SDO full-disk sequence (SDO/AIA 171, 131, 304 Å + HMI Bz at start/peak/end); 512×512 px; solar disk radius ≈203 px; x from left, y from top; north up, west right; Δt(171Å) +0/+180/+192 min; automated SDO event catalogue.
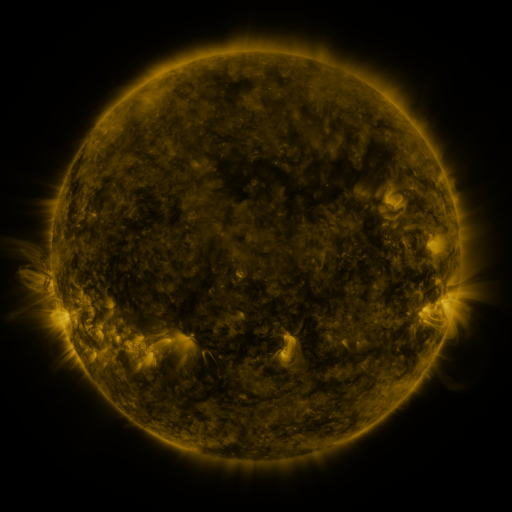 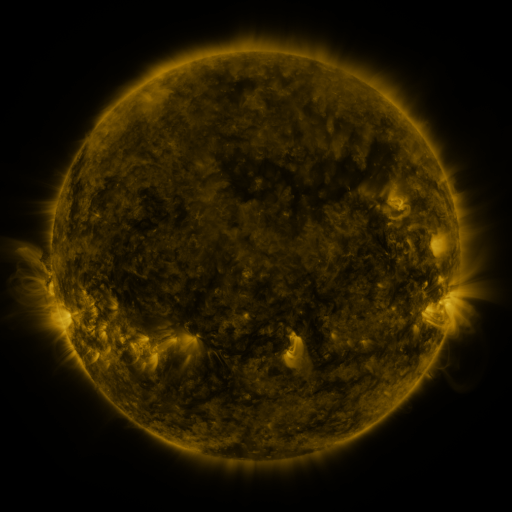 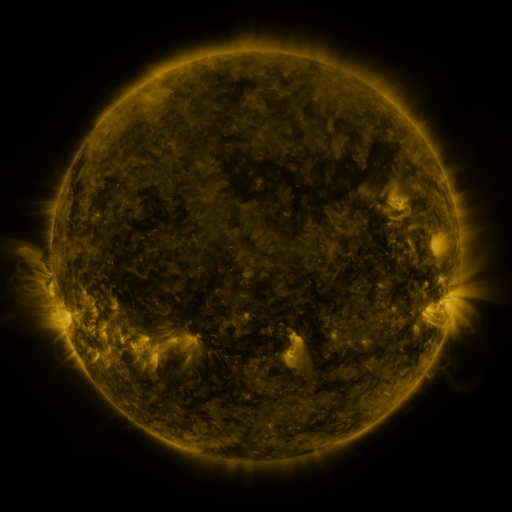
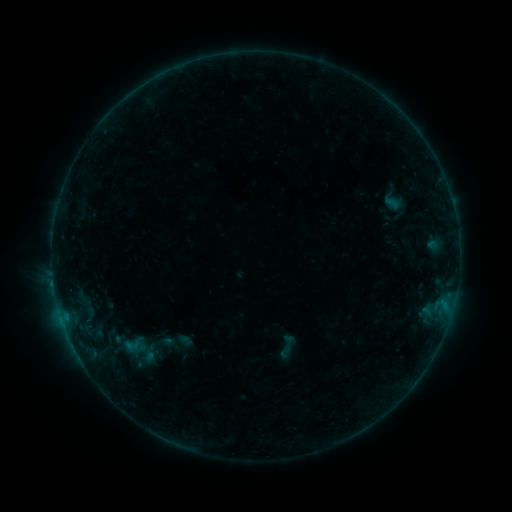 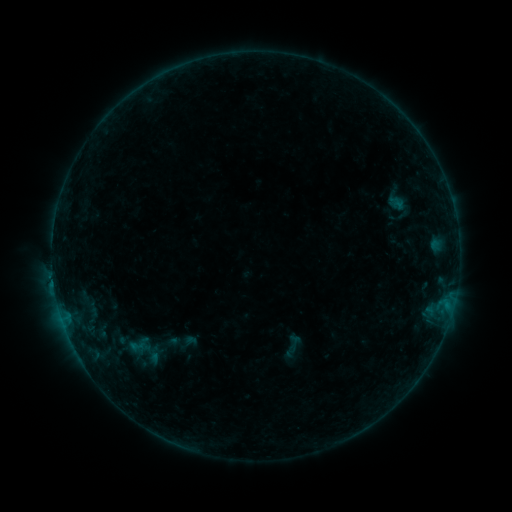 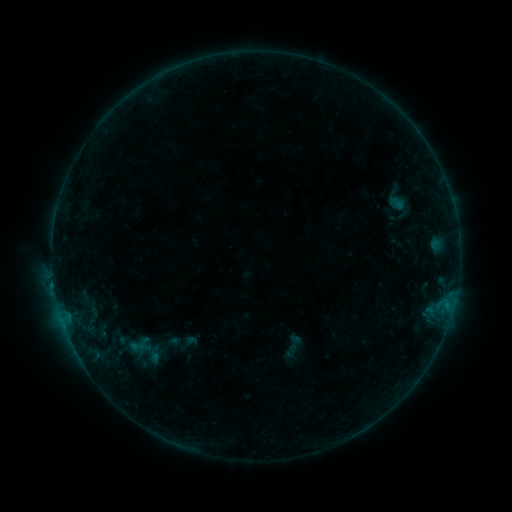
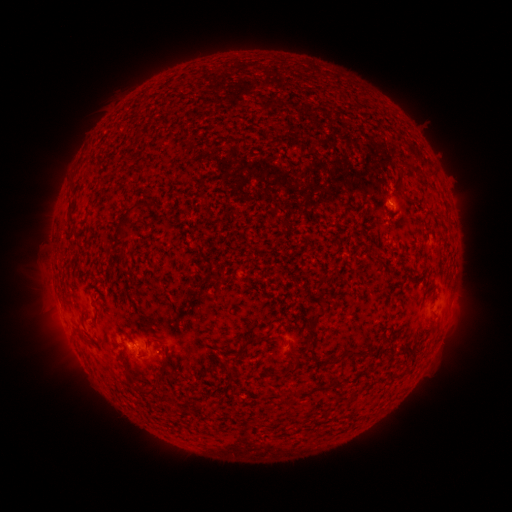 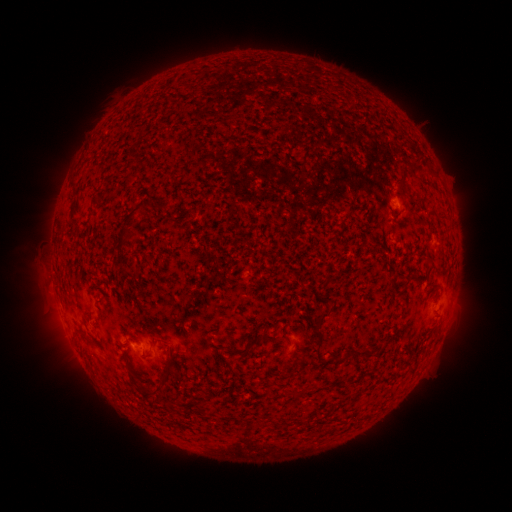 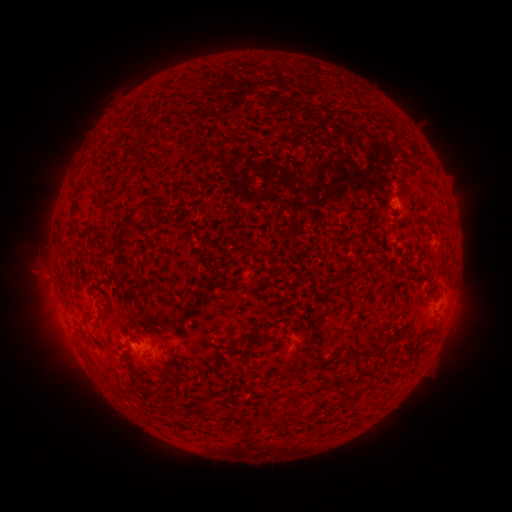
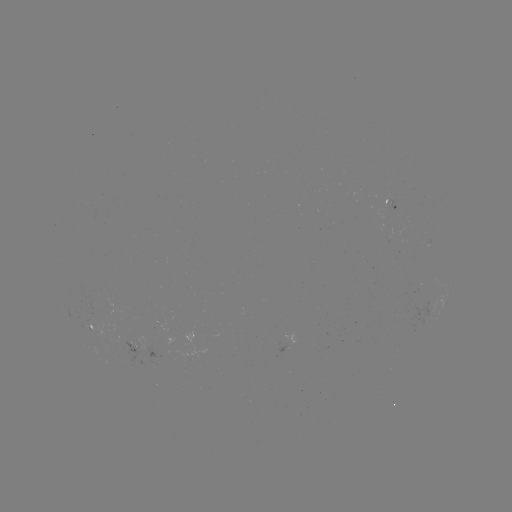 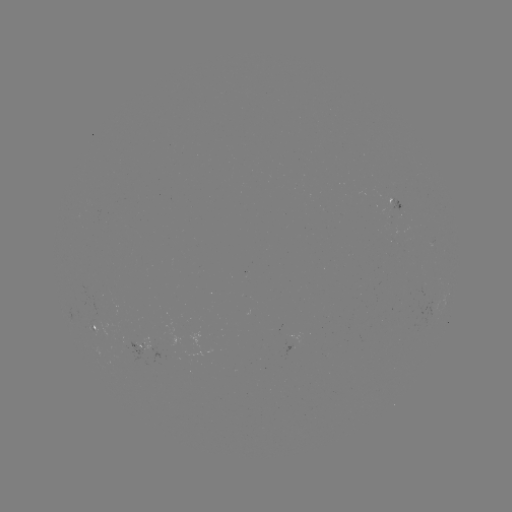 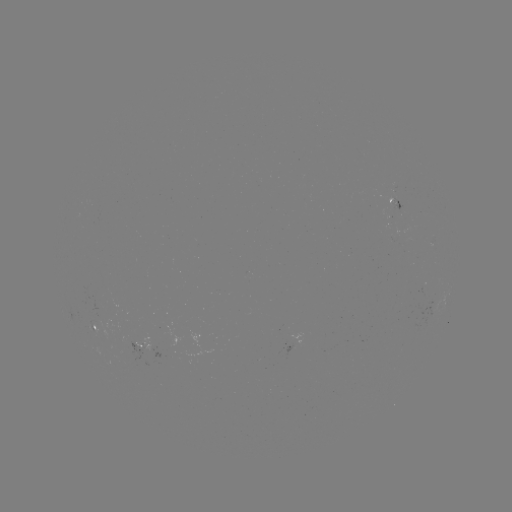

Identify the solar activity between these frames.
emerging-flux region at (392, 206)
